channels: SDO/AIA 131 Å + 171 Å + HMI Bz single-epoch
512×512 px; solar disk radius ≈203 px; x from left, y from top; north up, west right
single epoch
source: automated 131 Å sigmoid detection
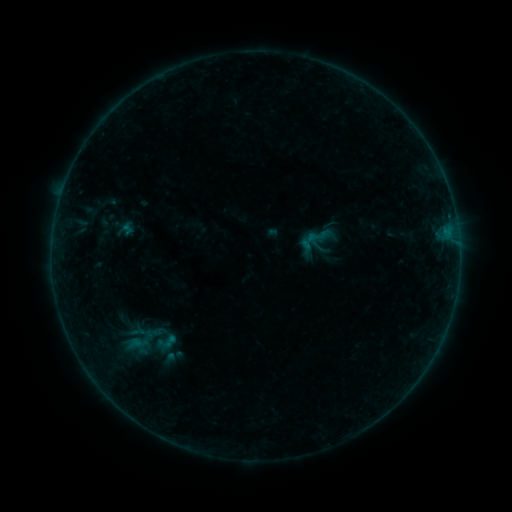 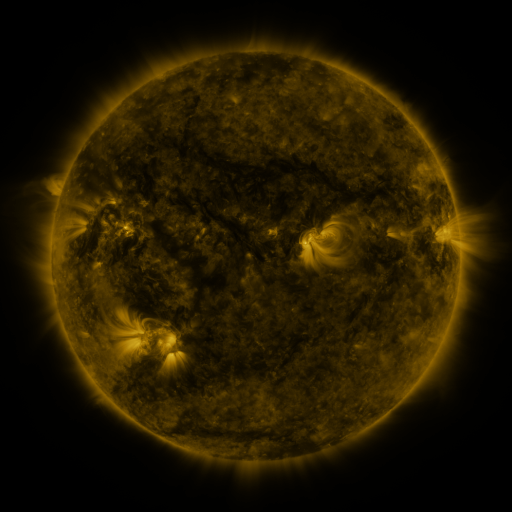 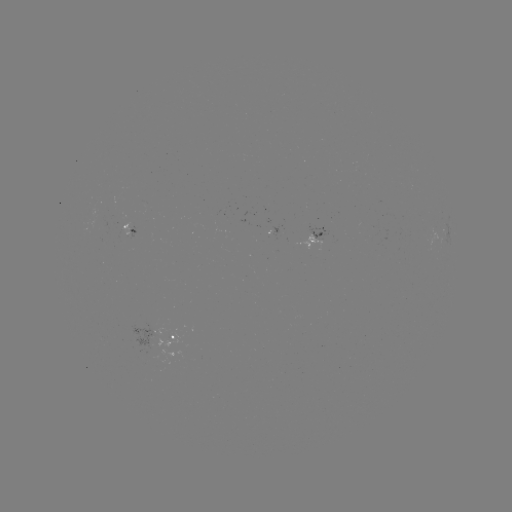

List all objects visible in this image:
sigmoid: <bbox>297, 222, 334, 254</bbox>
